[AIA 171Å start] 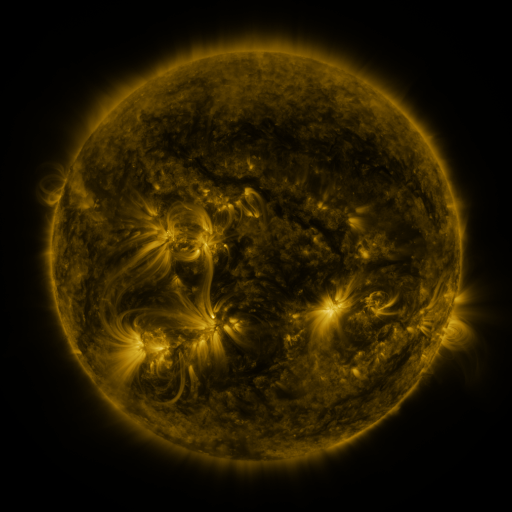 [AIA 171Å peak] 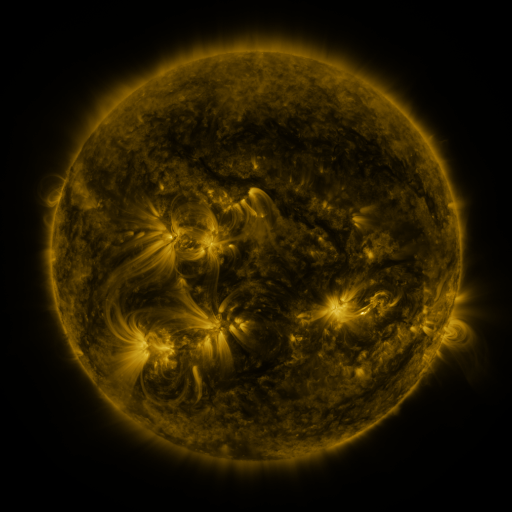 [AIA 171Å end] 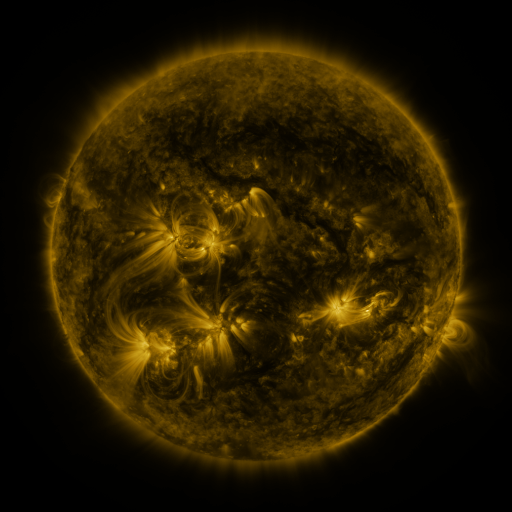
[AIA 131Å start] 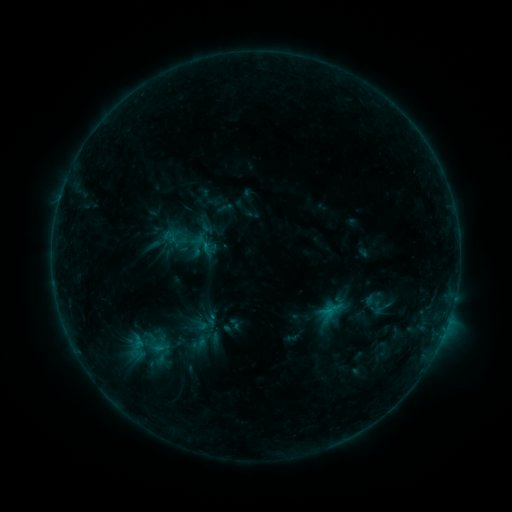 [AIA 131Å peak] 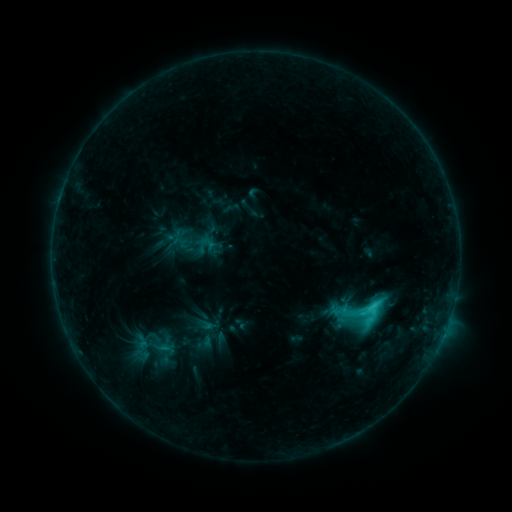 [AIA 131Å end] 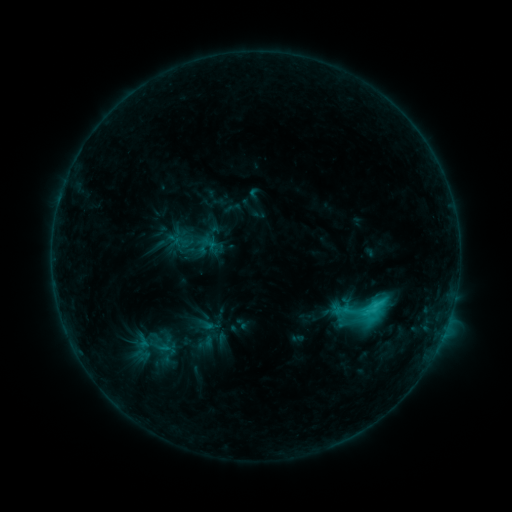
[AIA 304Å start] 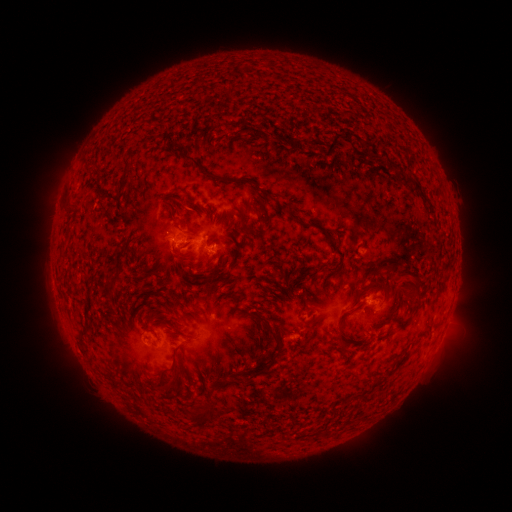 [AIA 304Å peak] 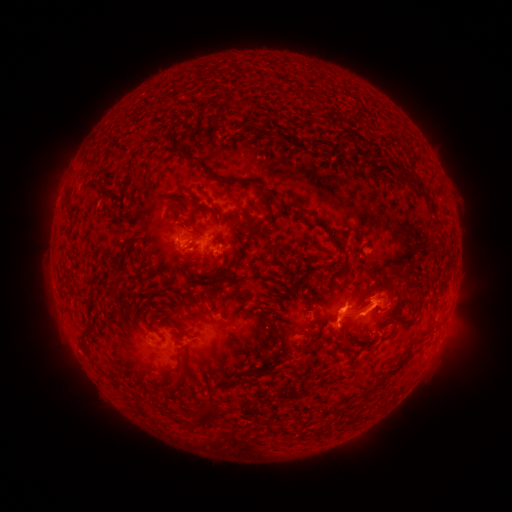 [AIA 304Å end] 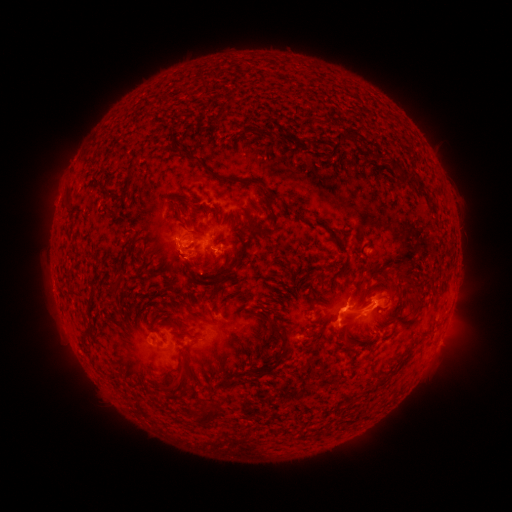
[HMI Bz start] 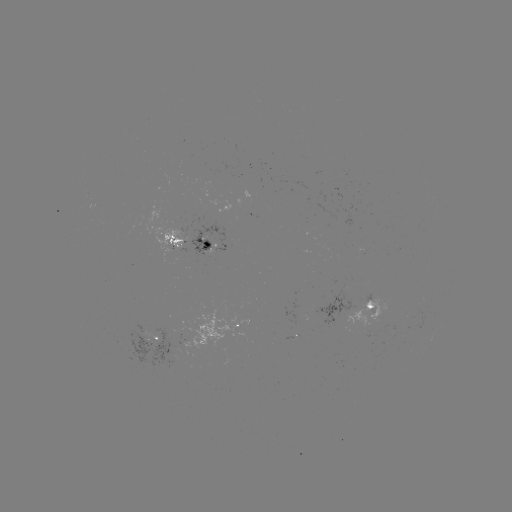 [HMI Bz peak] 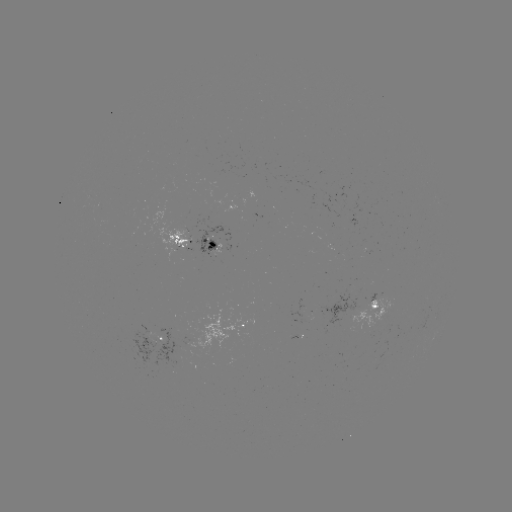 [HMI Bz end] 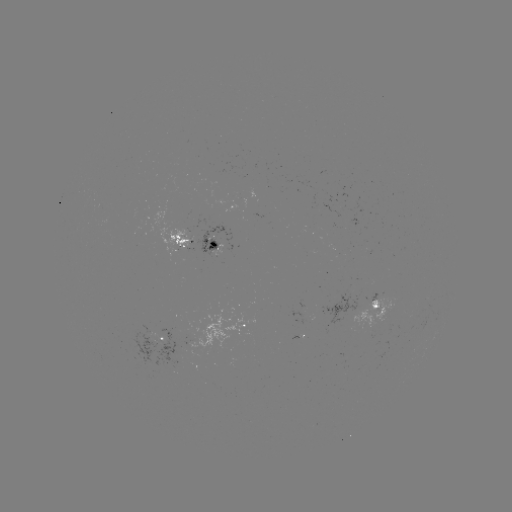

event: emerging-flux region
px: (375, 310)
